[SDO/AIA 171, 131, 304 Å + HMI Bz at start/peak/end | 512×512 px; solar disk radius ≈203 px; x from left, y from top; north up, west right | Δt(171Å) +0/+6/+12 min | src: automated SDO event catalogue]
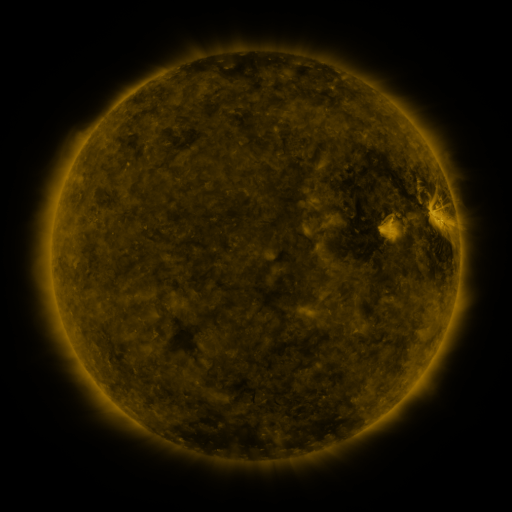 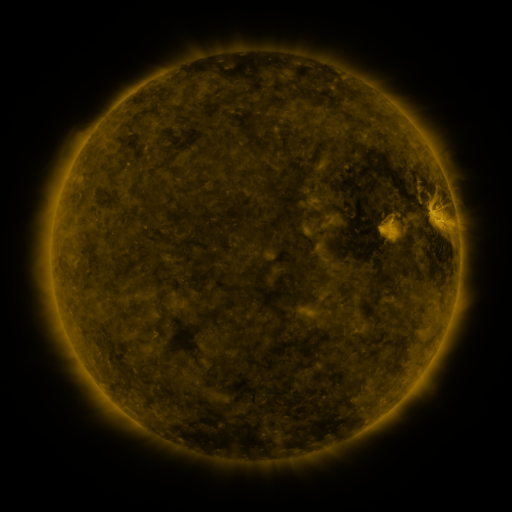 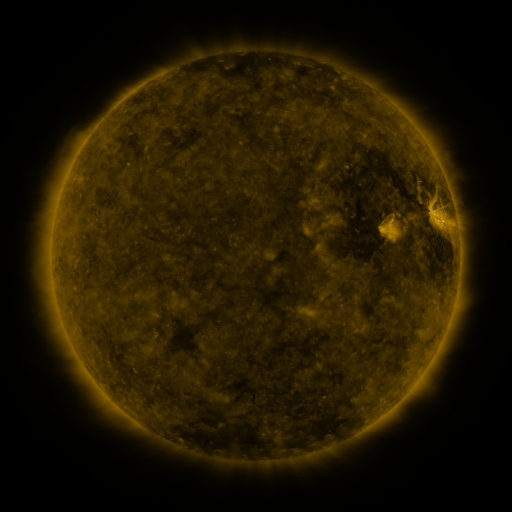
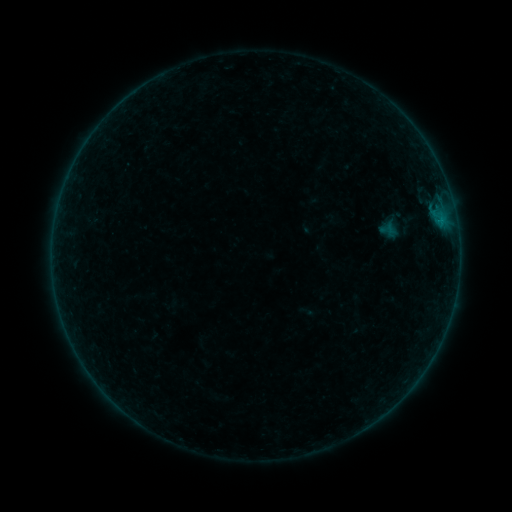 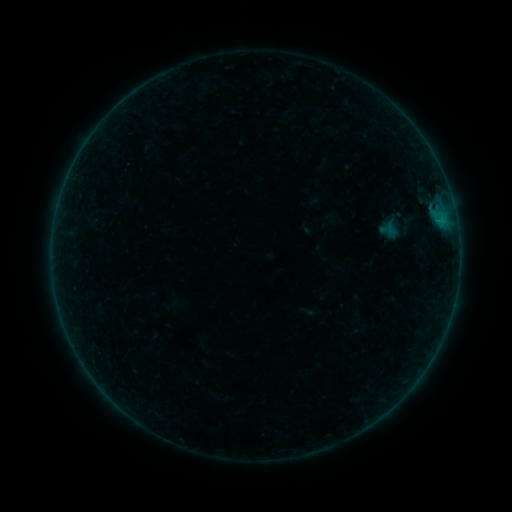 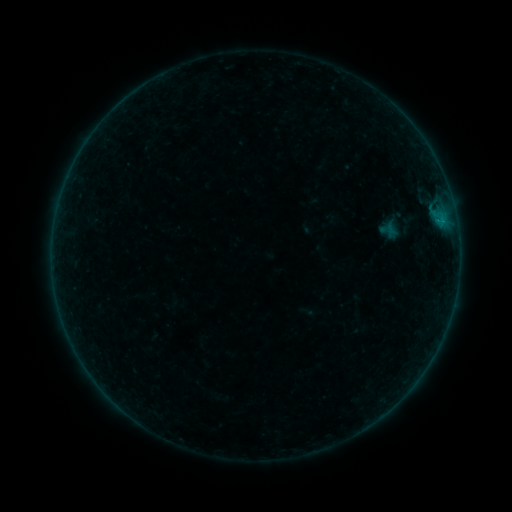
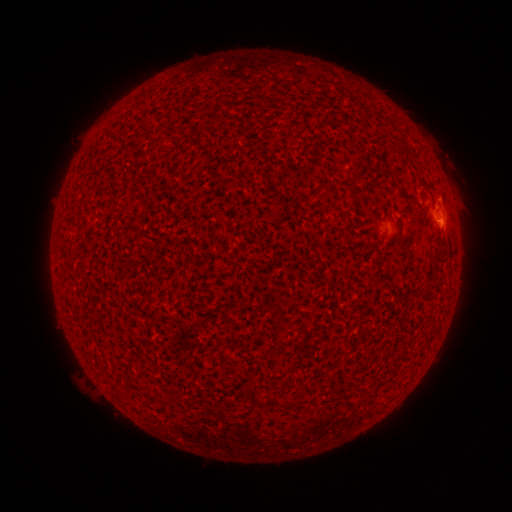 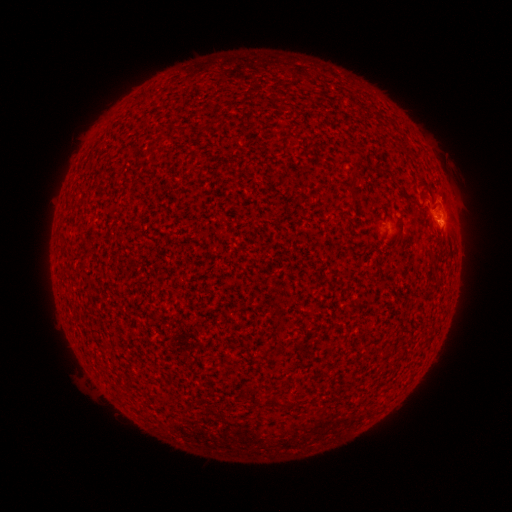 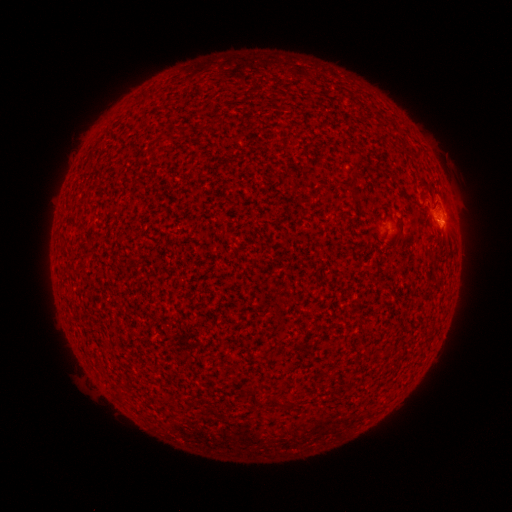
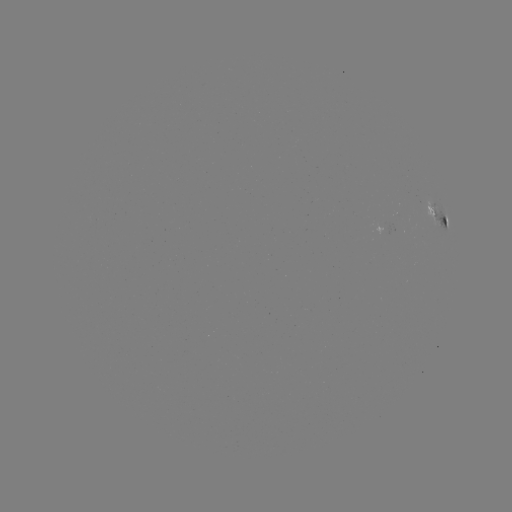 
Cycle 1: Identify B3.0 flare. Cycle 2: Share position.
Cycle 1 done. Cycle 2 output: (437, 220).